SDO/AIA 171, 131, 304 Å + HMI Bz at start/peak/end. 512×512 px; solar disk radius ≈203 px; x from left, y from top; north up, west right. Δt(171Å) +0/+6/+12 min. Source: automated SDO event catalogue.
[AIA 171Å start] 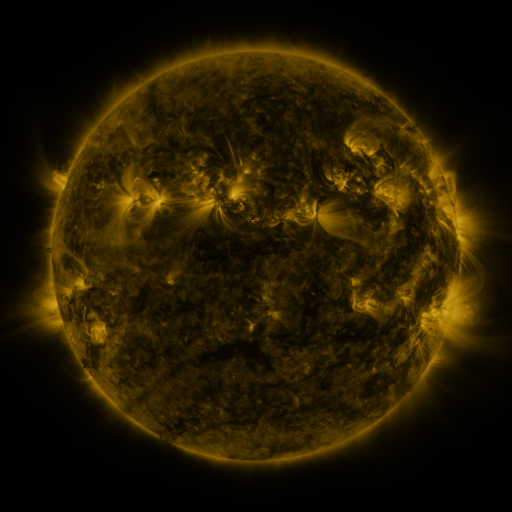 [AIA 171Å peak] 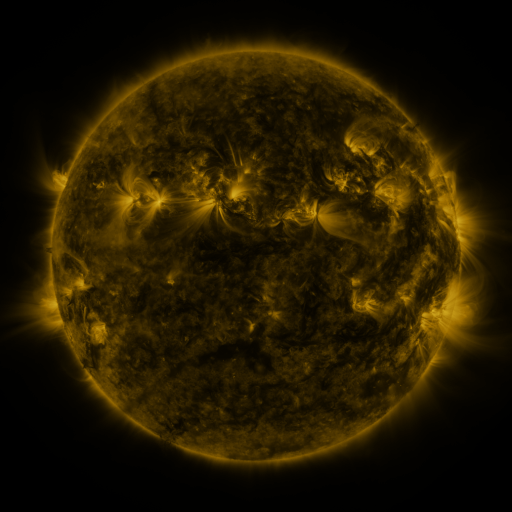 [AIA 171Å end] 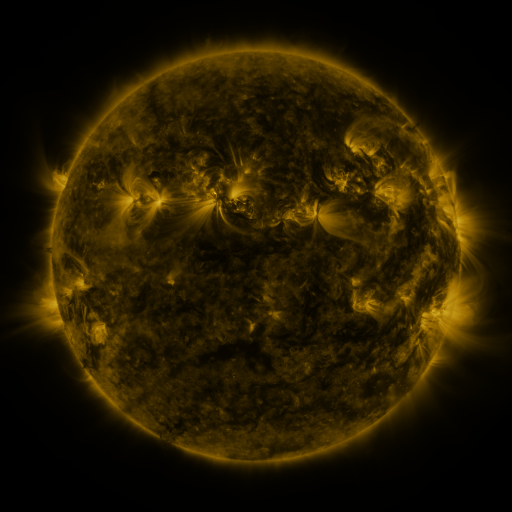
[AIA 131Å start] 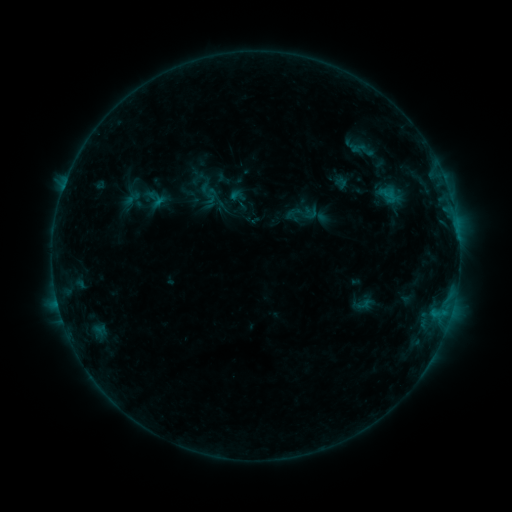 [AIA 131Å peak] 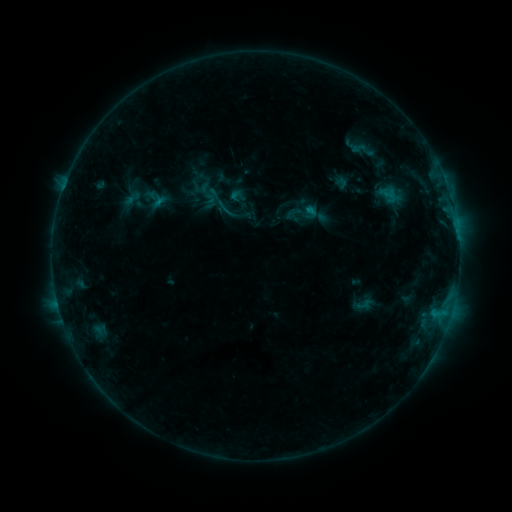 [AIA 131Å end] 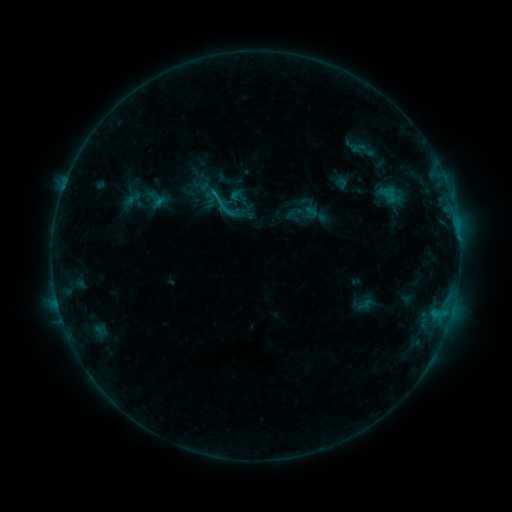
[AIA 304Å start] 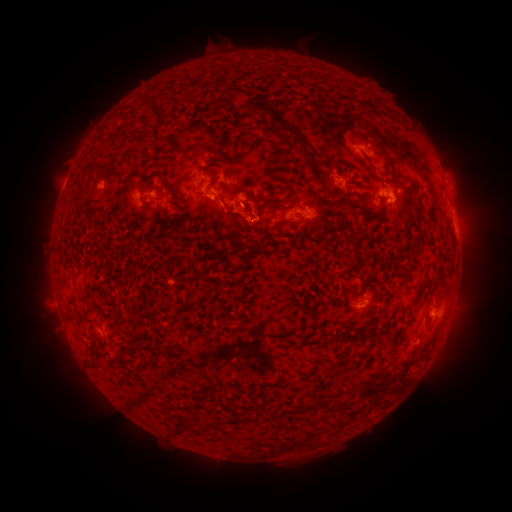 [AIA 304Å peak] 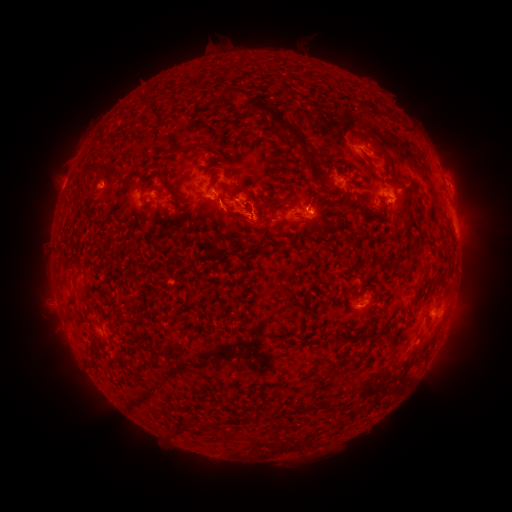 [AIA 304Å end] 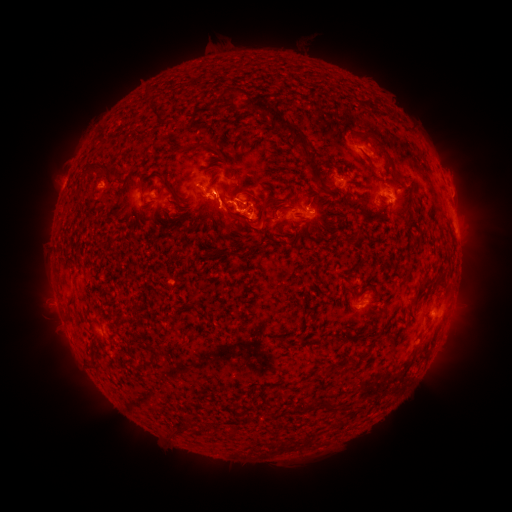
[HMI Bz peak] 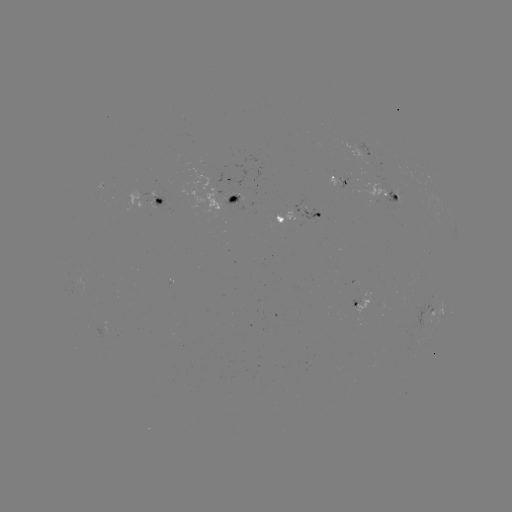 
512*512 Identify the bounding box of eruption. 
[301, 196, 344, 242].